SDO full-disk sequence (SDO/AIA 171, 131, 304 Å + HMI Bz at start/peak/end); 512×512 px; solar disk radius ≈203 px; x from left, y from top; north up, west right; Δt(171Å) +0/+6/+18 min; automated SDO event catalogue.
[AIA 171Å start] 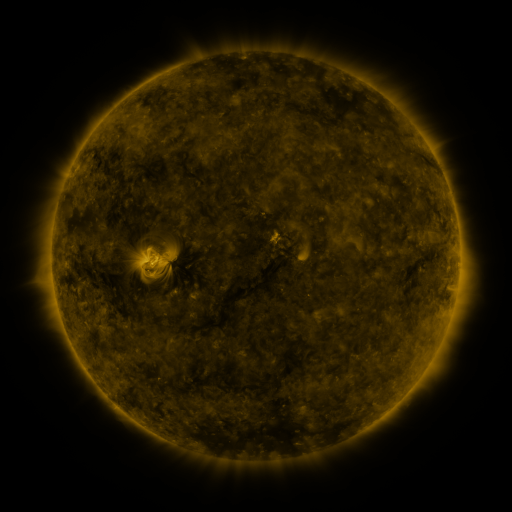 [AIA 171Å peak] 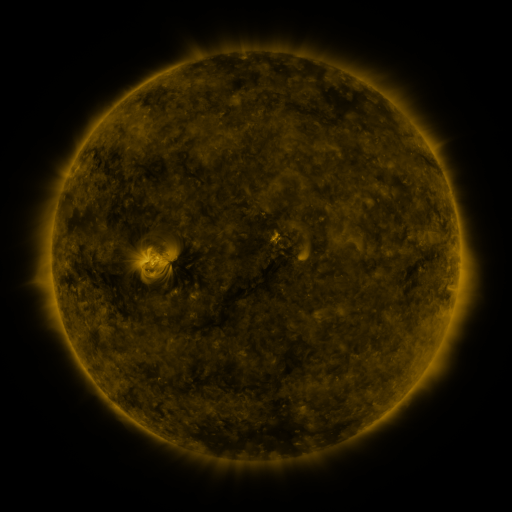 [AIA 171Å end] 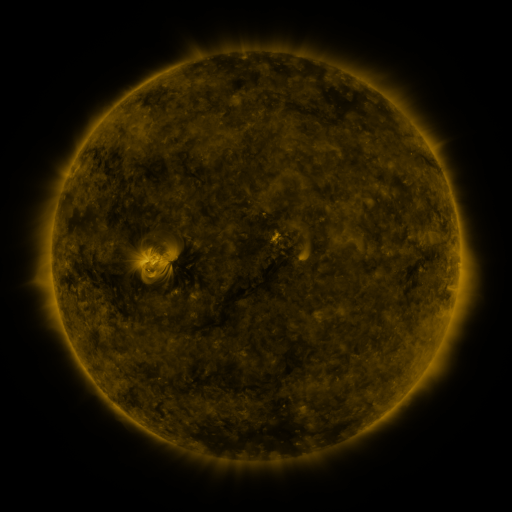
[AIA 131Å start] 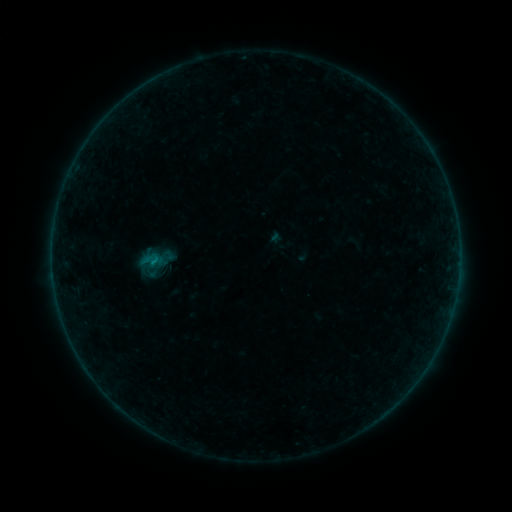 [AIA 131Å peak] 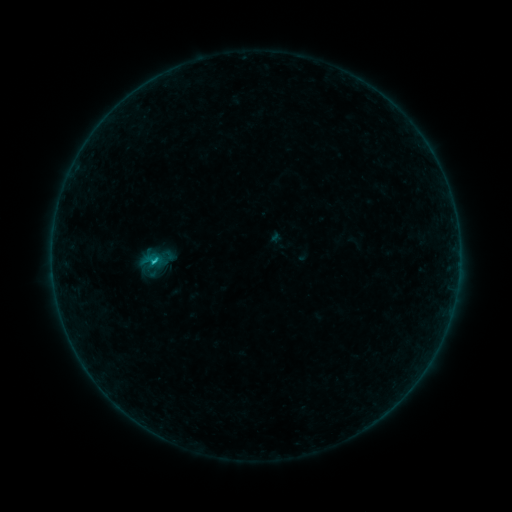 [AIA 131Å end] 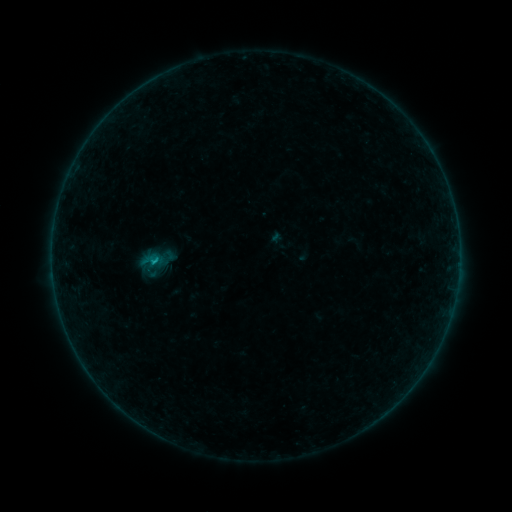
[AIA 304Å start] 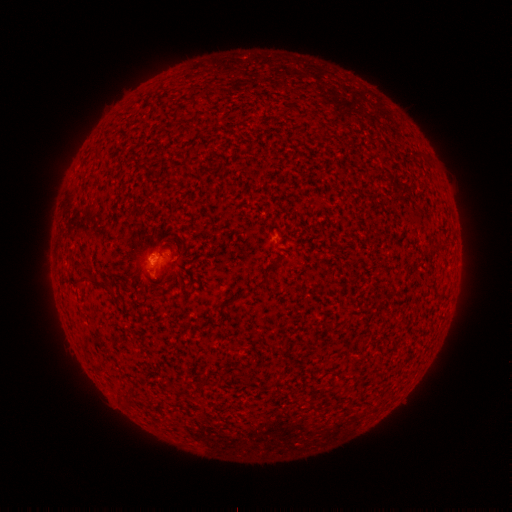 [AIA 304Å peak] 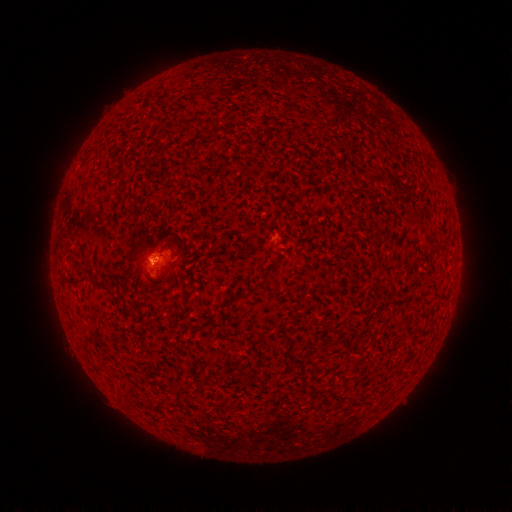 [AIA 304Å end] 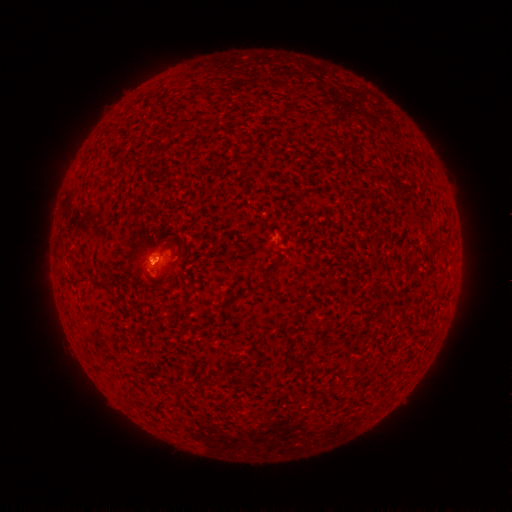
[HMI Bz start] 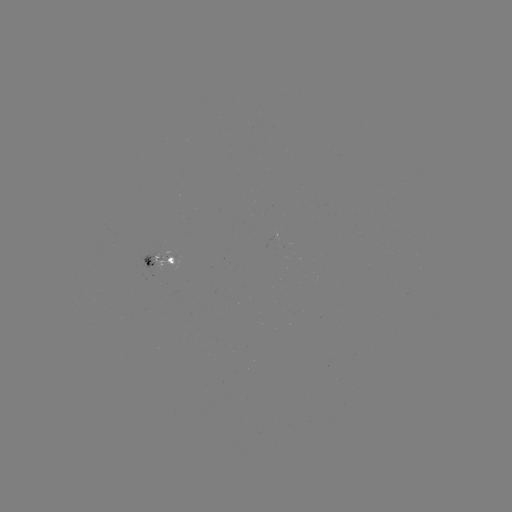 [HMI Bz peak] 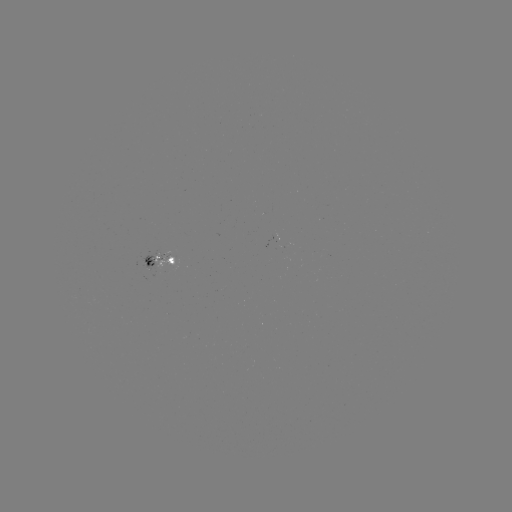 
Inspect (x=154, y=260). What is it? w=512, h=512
B6.3 flare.